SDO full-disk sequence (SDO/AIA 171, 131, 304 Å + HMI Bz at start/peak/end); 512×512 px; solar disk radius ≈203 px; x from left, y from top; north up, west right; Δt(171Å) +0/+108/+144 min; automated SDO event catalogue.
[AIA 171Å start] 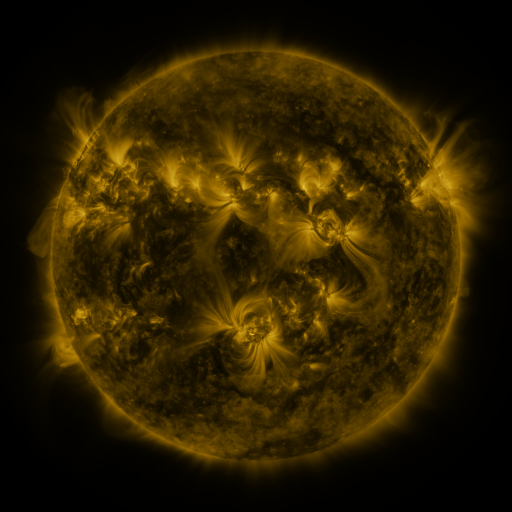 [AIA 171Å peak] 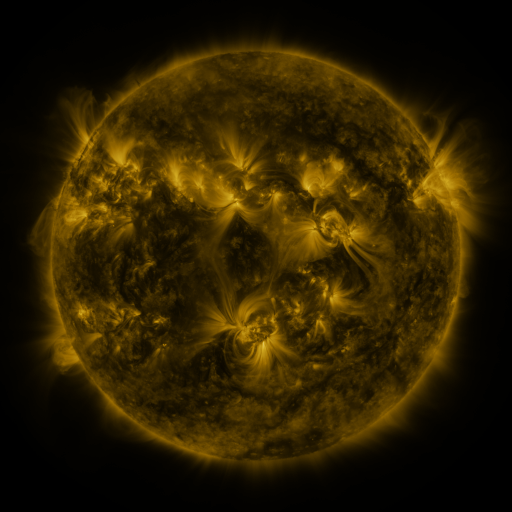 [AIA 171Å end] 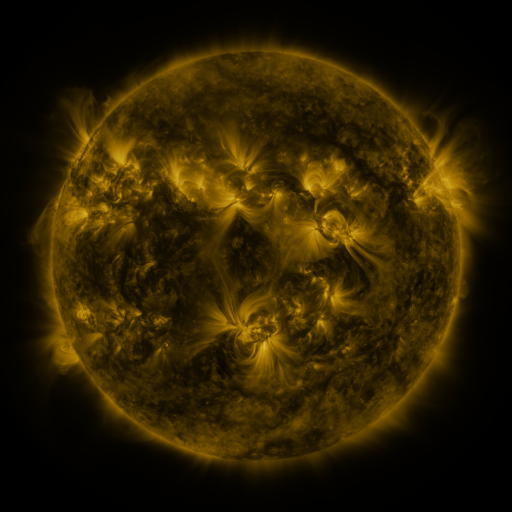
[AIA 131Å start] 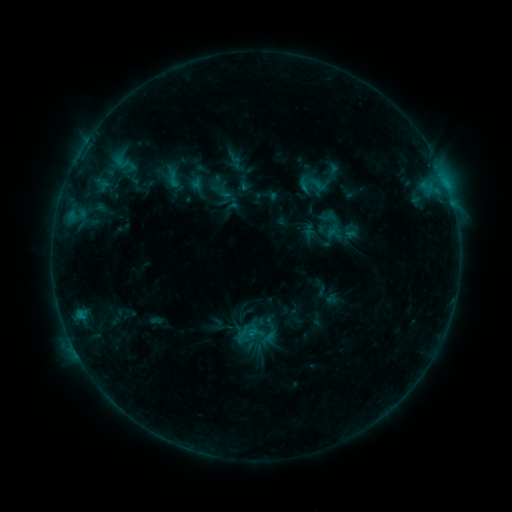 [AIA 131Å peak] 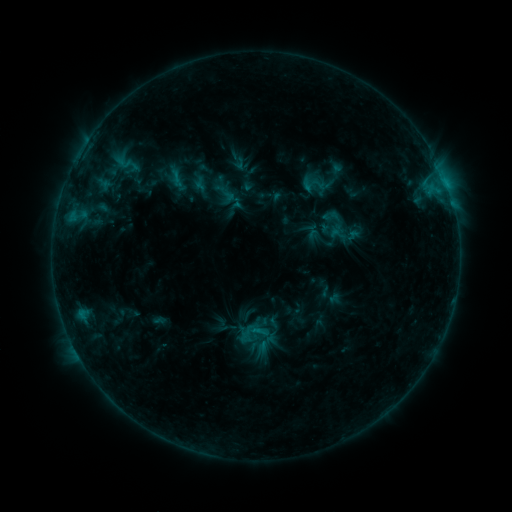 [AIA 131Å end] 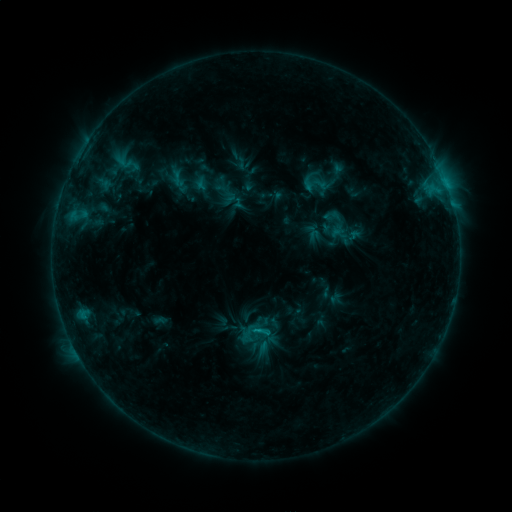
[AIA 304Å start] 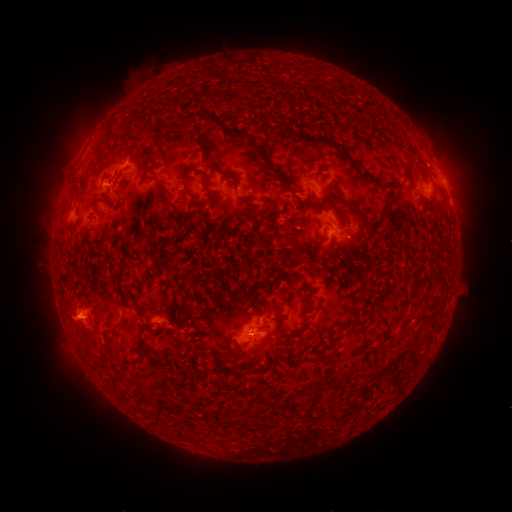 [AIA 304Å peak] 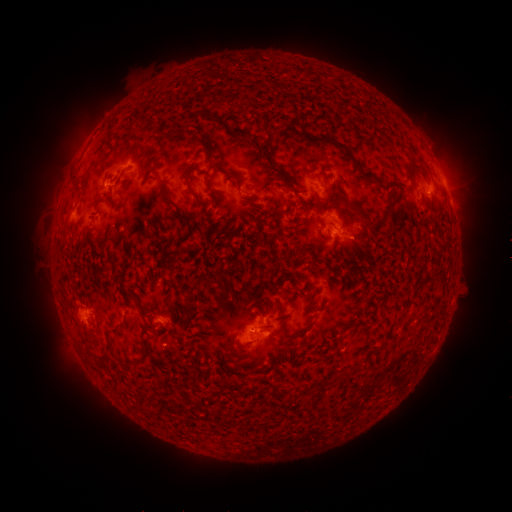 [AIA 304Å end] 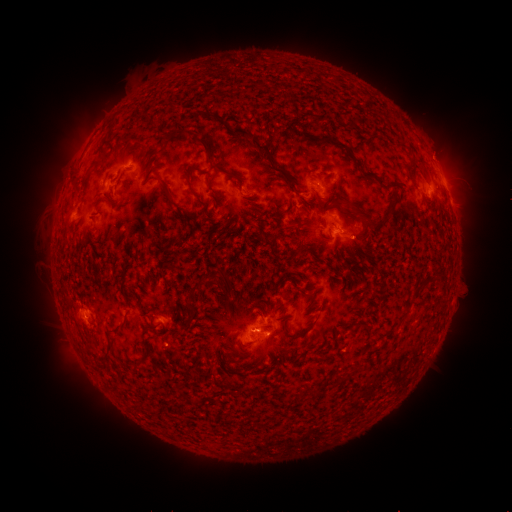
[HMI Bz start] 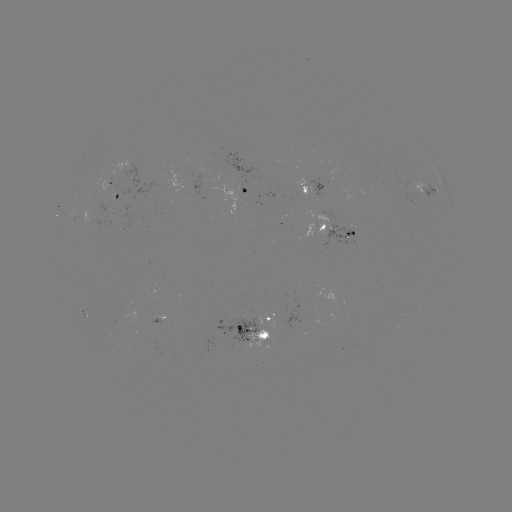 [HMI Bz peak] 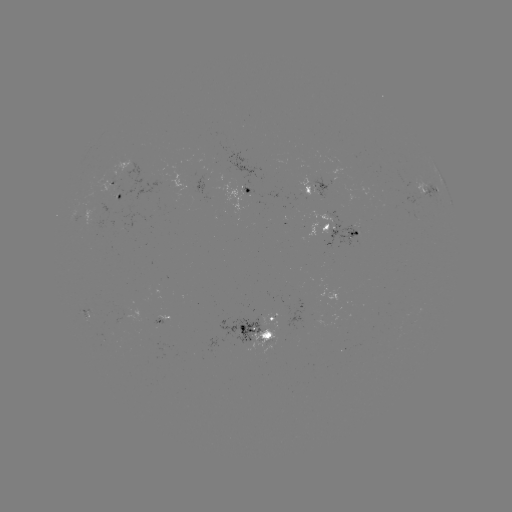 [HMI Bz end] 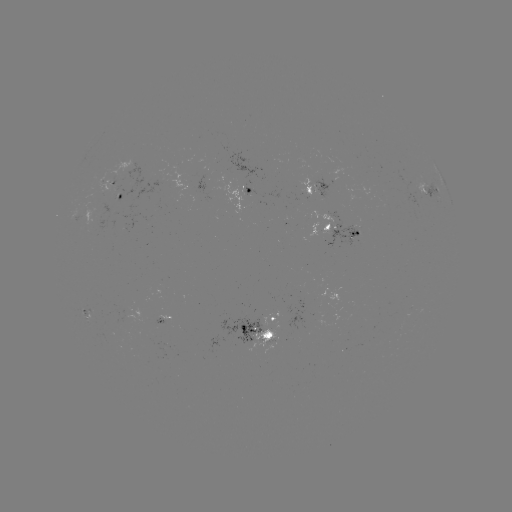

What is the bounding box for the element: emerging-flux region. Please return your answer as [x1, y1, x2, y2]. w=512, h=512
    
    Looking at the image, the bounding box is [322, 157, 333, 164].